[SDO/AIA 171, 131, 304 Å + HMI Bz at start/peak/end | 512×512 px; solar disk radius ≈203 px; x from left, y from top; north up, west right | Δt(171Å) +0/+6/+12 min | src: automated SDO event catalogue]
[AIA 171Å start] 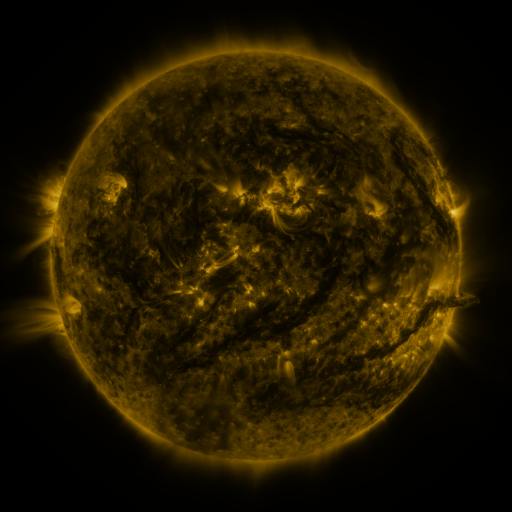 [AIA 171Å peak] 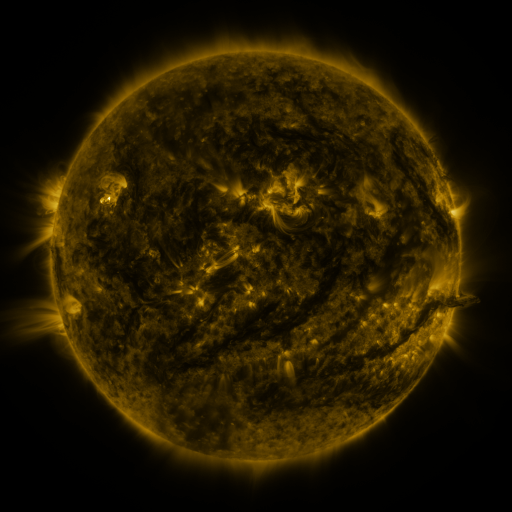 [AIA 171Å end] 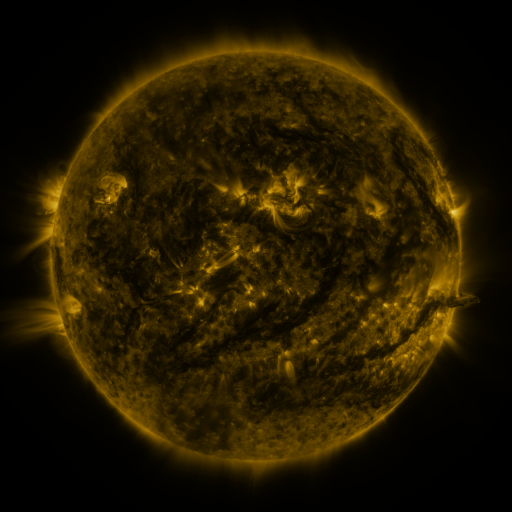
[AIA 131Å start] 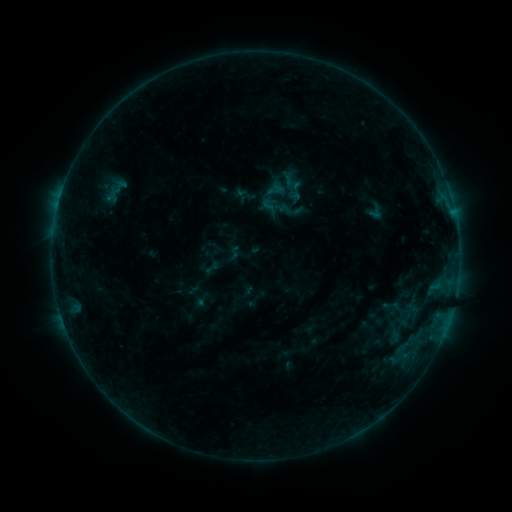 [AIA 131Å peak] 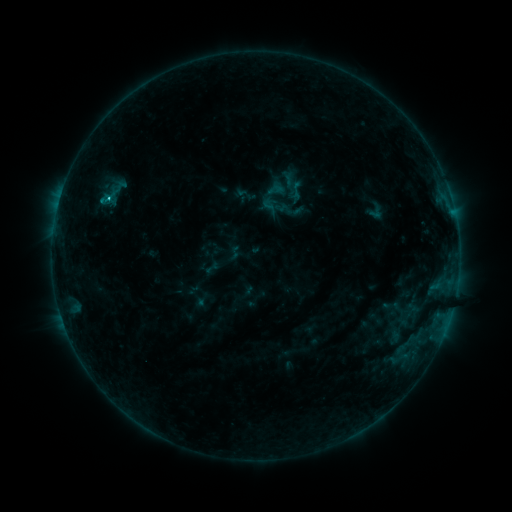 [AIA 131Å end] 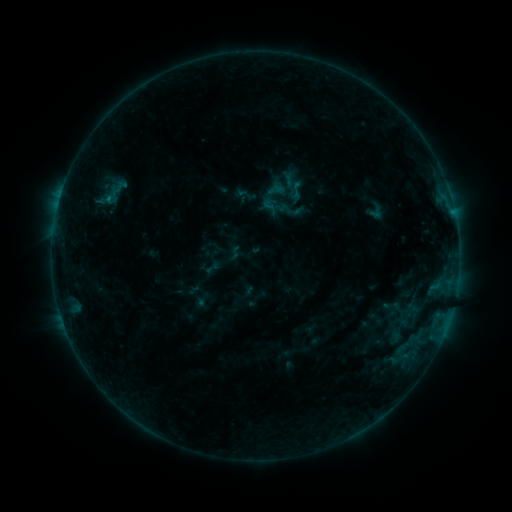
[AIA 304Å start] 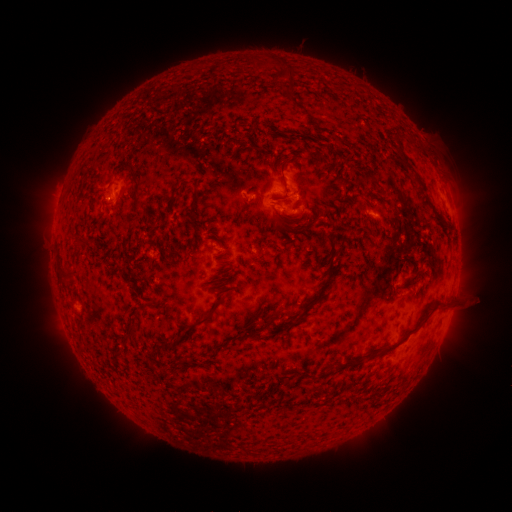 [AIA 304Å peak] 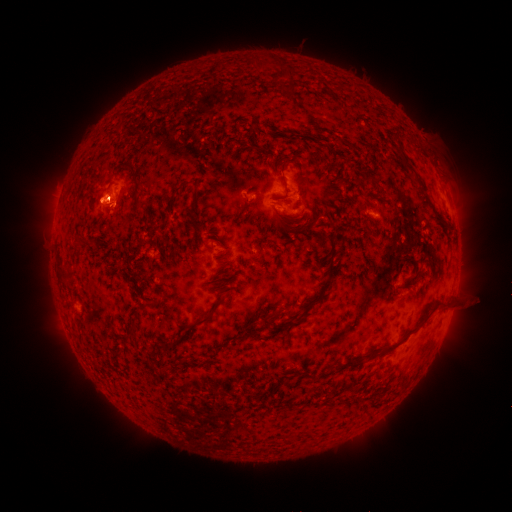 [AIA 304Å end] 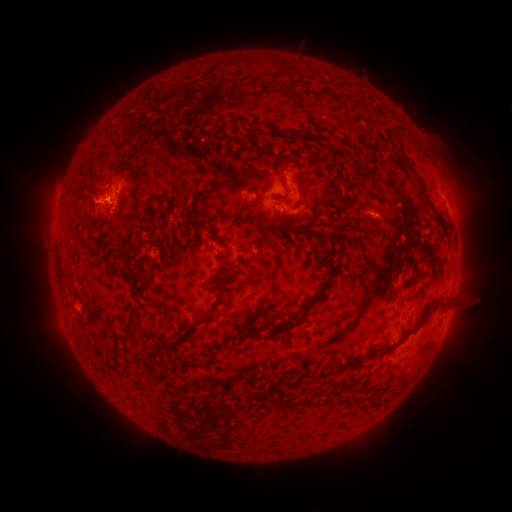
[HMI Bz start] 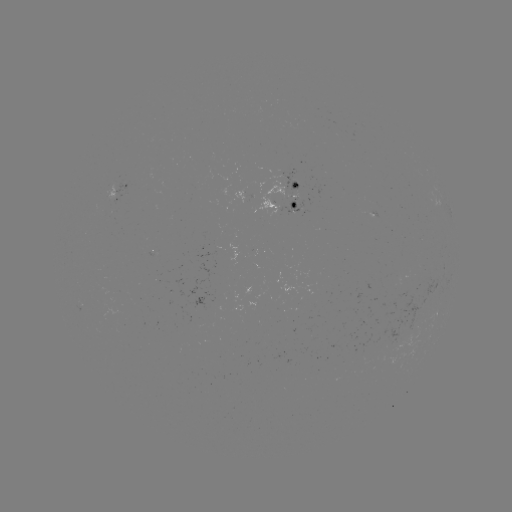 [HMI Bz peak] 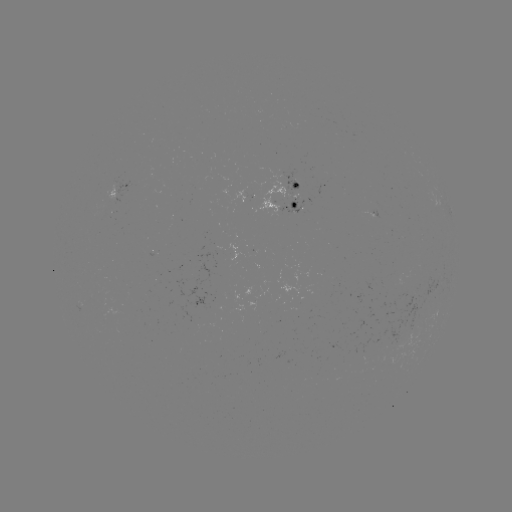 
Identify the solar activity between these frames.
B6.9 flare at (109, 201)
